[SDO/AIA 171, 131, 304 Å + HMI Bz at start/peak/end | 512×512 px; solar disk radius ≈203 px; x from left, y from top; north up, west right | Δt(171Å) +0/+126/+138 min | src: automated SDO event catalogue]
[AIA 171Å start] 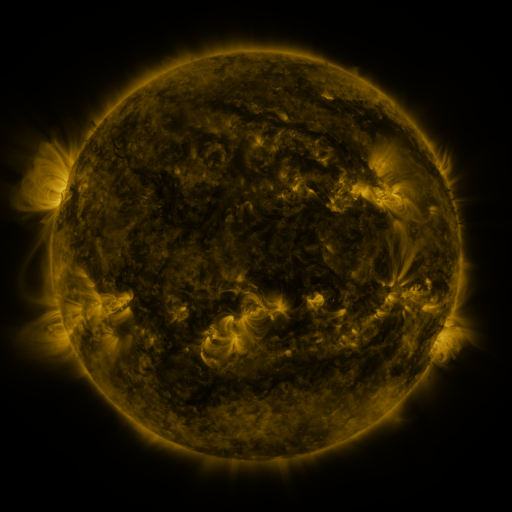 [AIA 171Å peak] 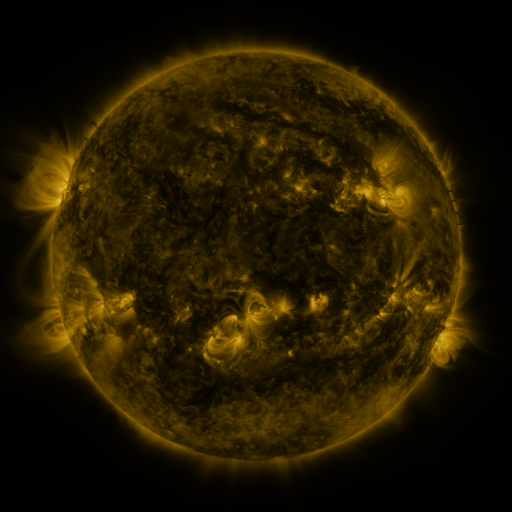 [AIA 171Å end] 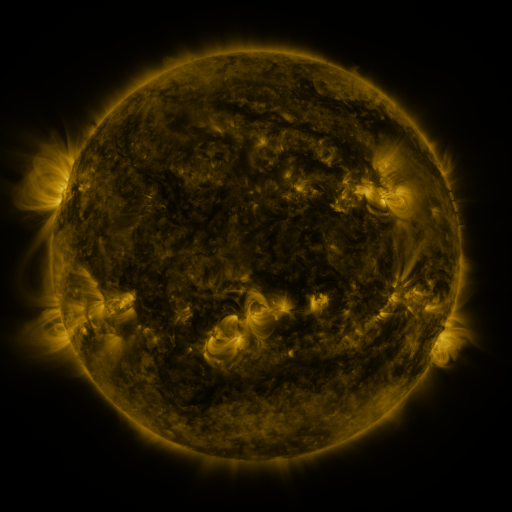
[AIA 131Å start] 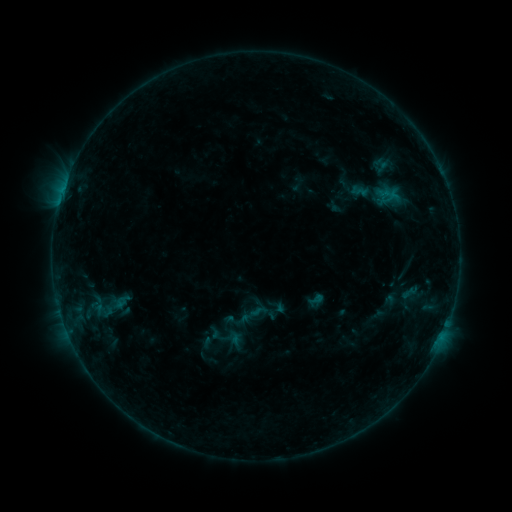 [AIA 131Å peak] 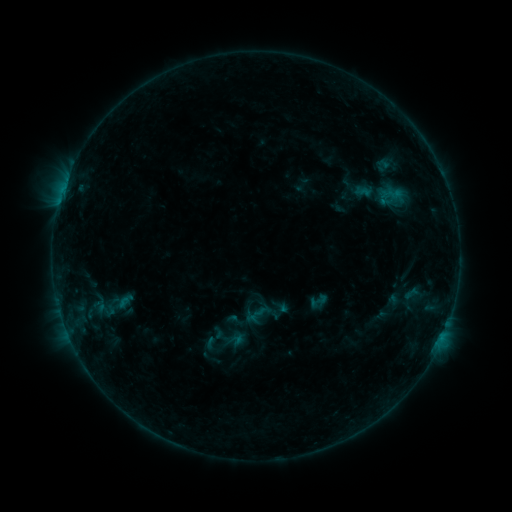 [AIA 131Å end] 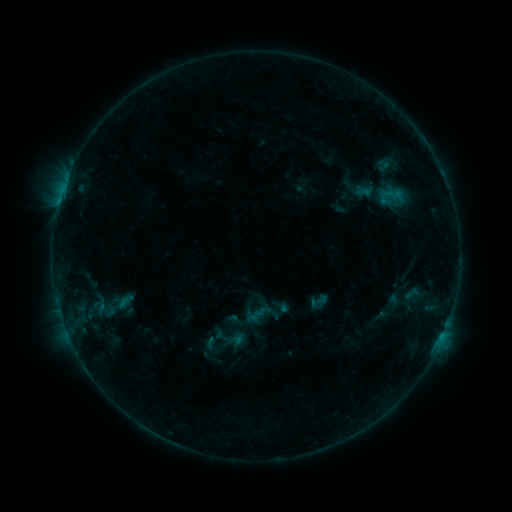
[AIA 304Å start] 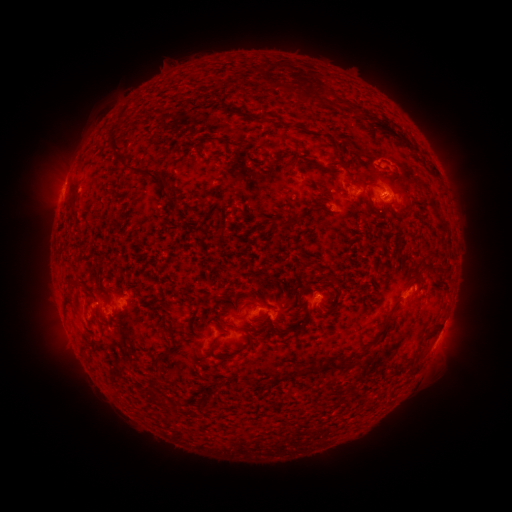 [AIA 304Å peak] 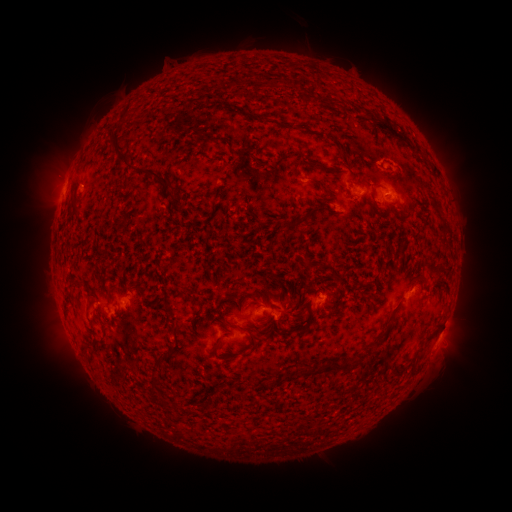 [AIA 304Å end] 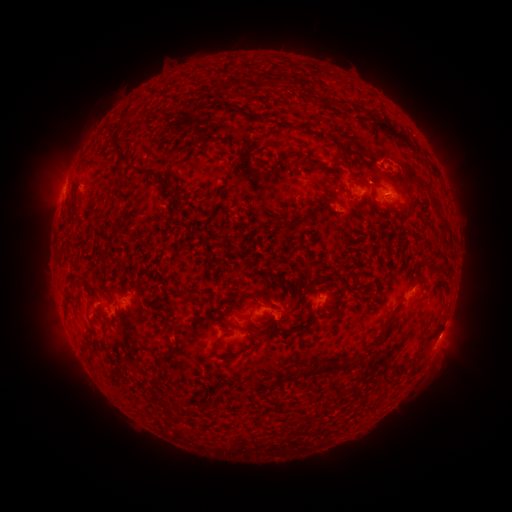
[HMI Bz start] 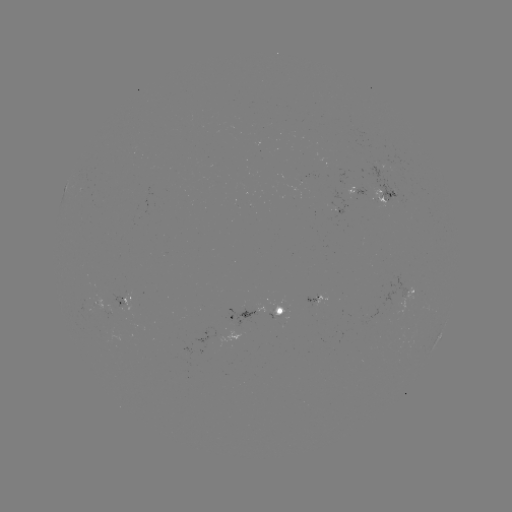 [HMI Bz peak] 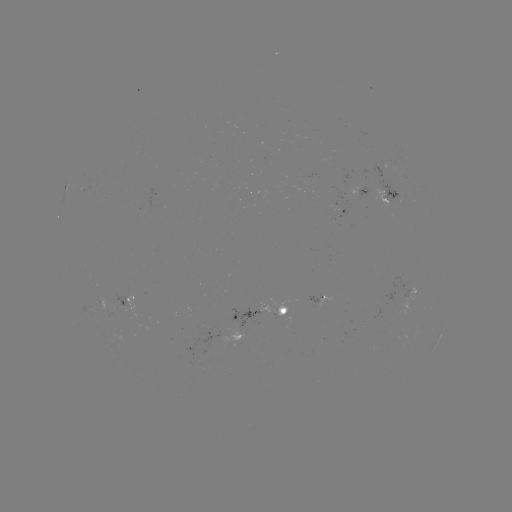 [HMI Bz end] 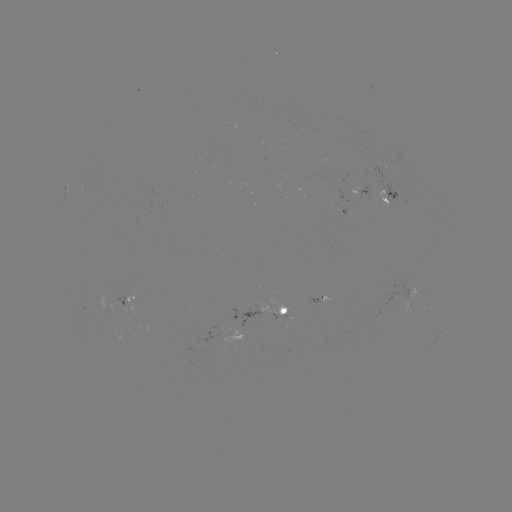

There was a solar emerging-flux region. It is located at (359, 187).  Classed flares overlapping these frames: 1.